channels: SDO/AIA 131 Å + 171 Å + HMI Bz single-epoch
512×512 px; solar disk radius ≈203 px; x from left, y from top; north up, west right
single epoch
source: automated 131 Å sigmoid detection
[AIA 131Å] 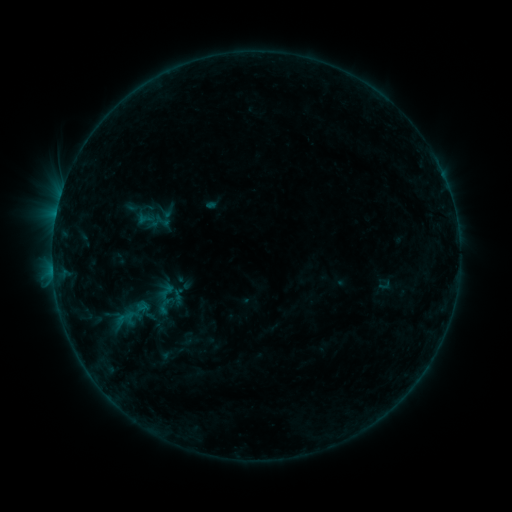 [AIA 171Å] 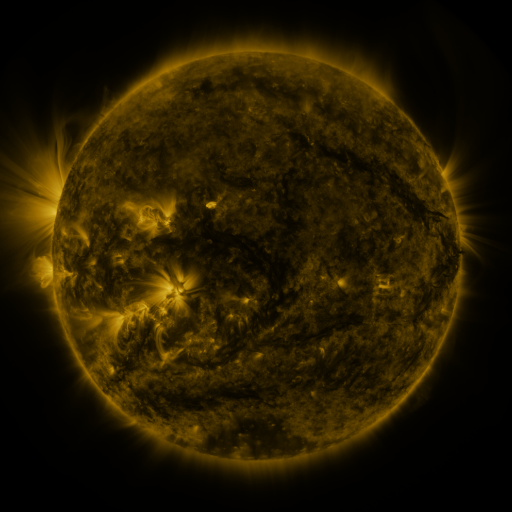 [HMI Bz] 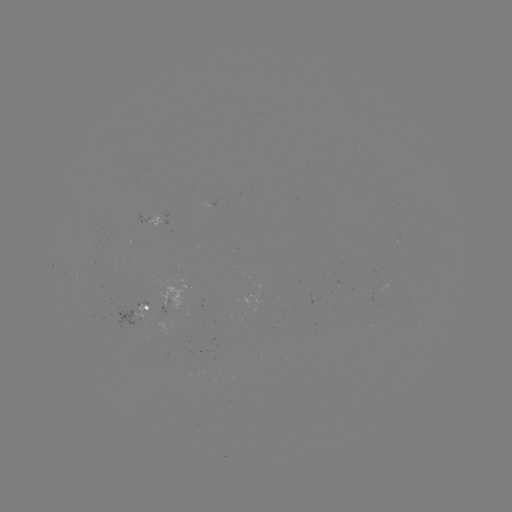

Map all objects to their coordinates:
sigmoid: (155, 281, 178, 301)
